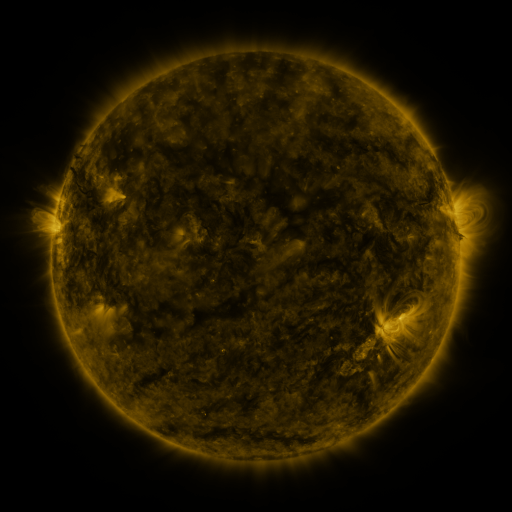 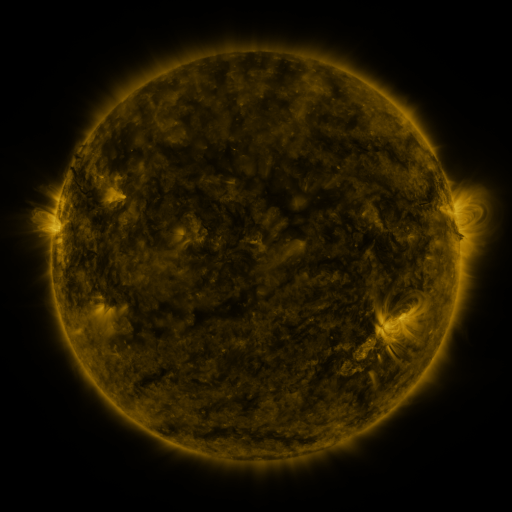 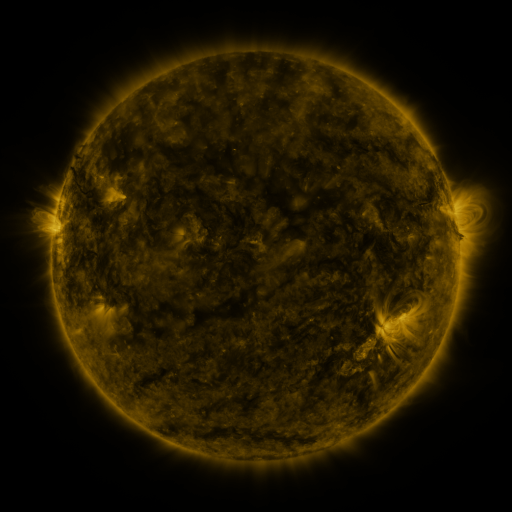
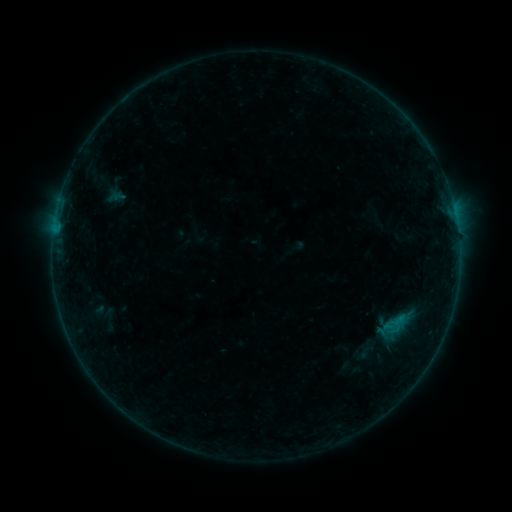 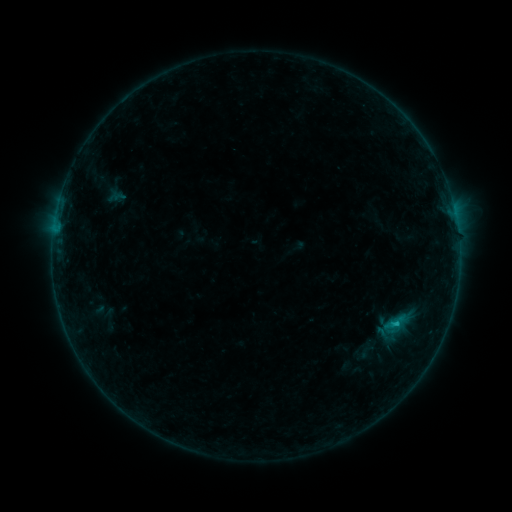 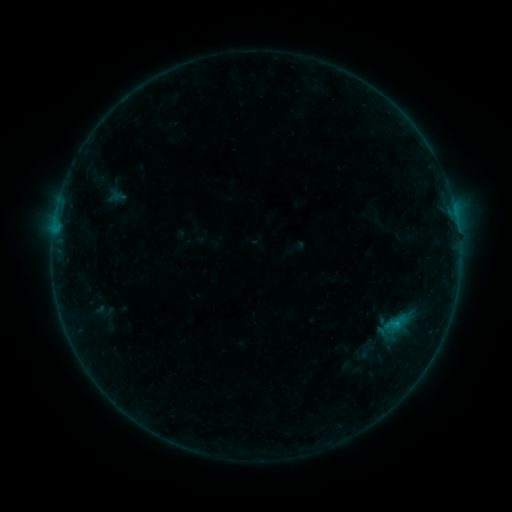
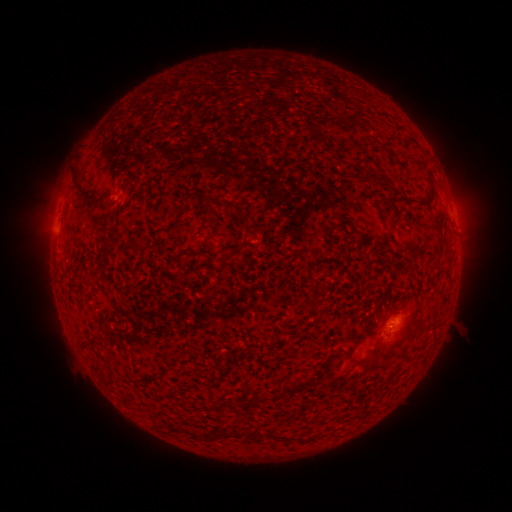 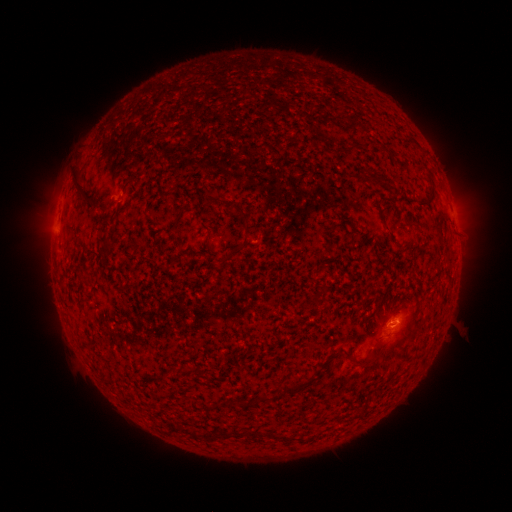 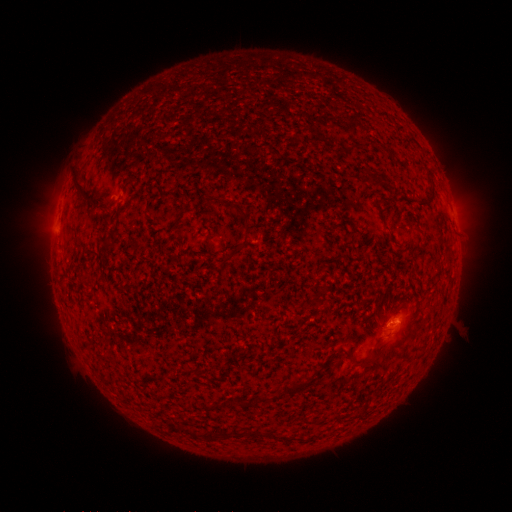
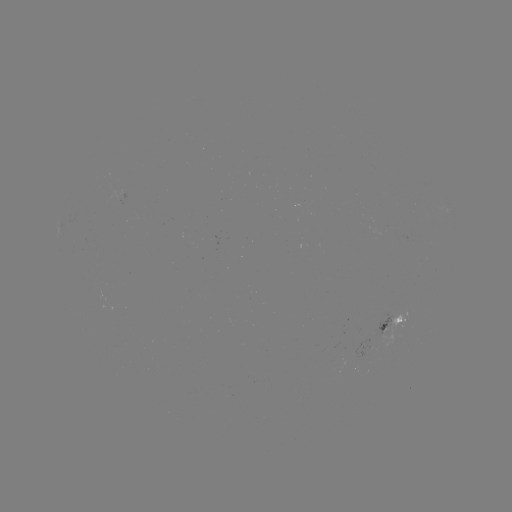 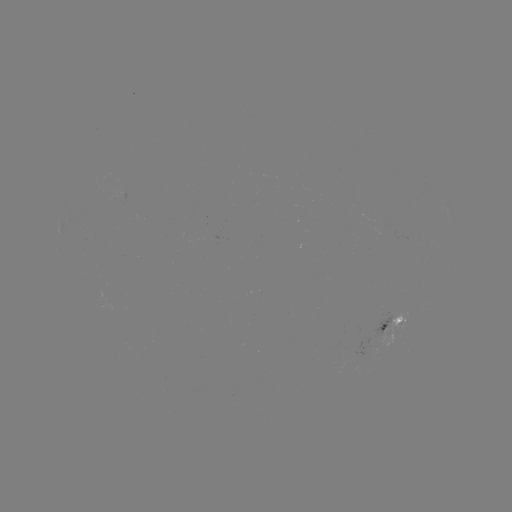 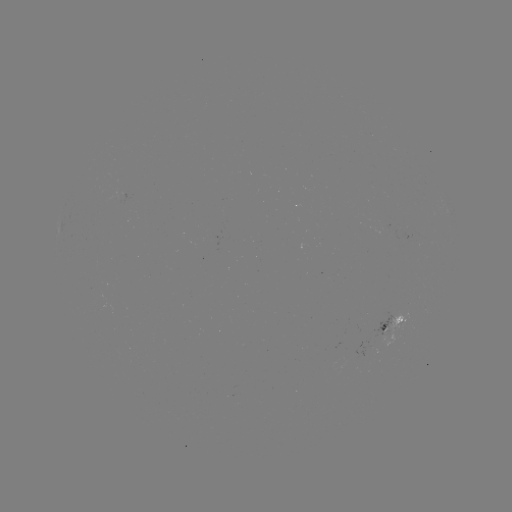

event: flare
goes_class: B4.3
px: (395, 321)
